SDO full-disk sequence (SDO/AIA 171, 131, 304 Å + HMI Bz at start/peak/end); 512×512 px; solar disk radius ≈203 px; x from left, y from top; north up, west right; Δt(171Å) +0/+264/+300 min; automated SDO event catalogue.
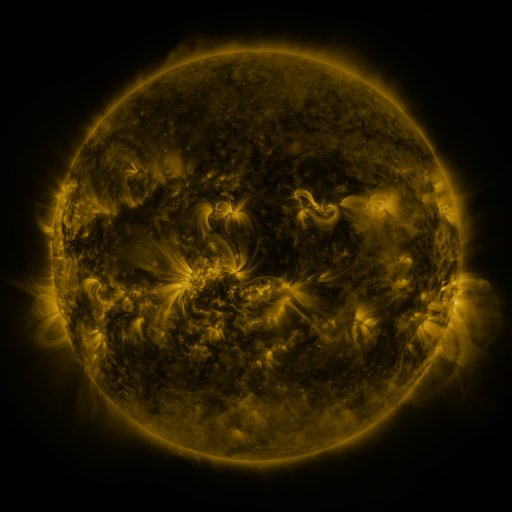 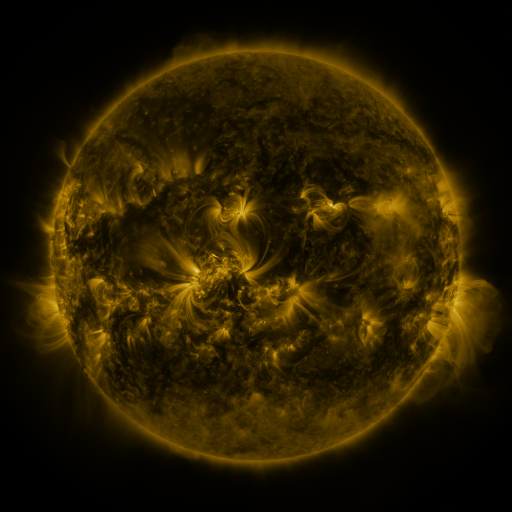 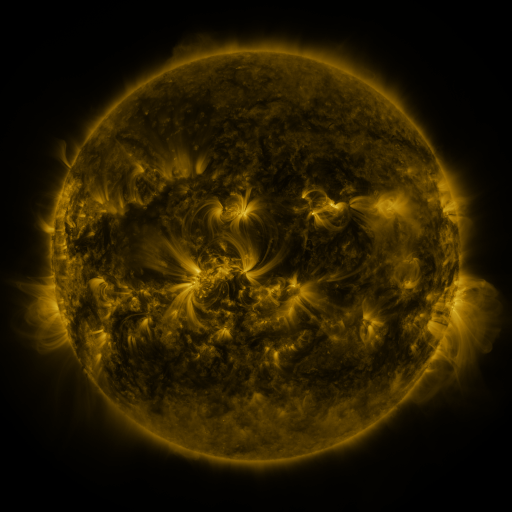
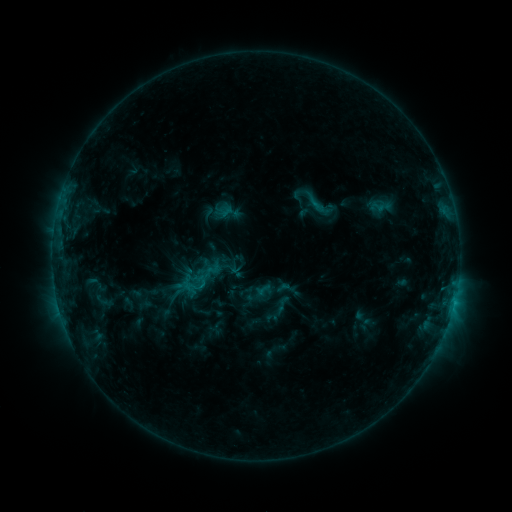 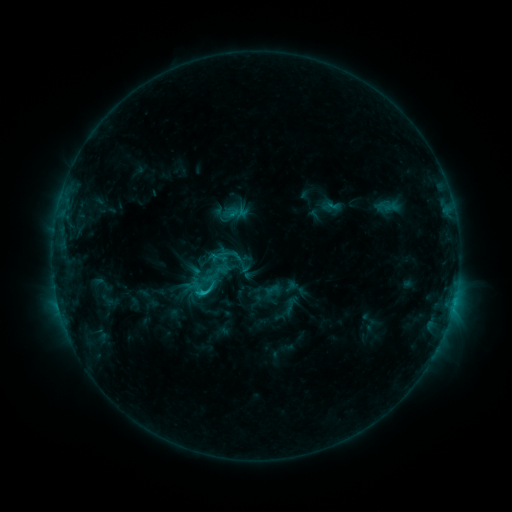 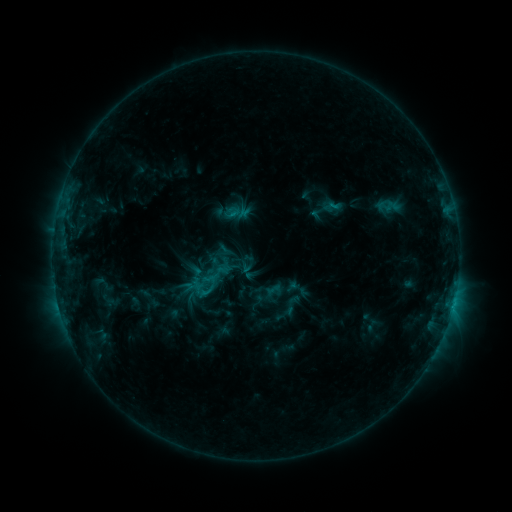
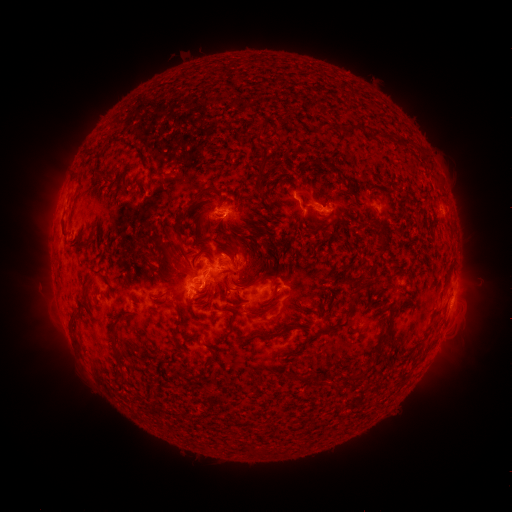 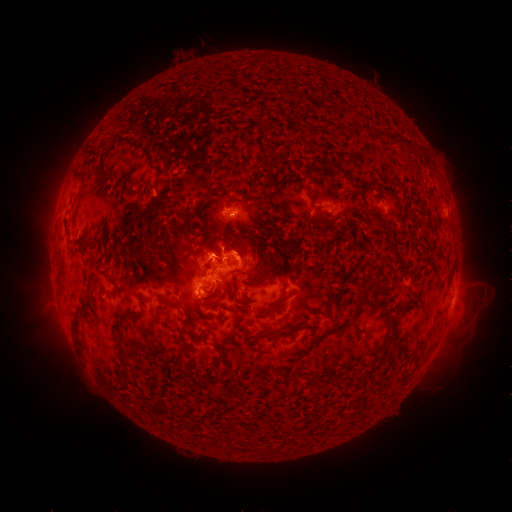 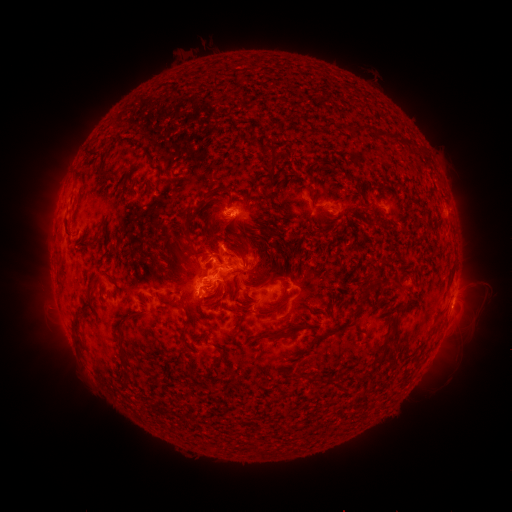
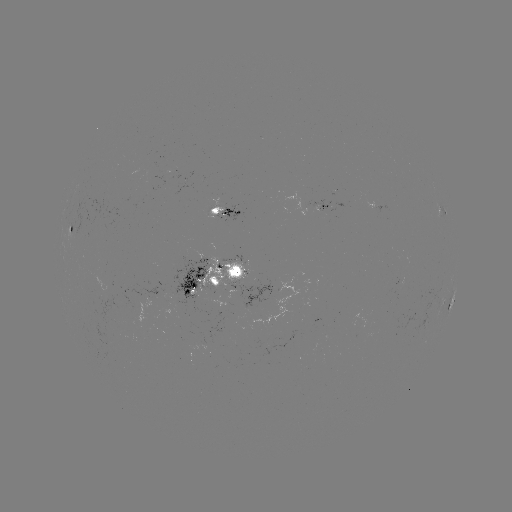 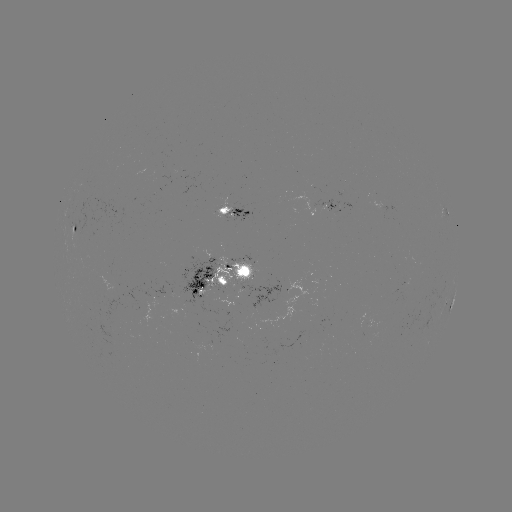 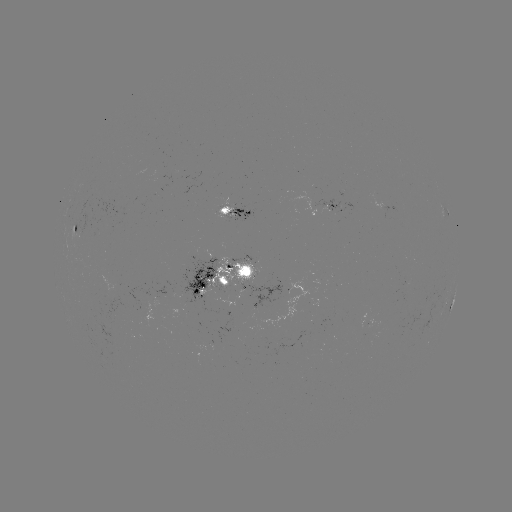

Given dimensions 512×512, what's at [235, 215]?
emerging-flux region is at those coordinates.